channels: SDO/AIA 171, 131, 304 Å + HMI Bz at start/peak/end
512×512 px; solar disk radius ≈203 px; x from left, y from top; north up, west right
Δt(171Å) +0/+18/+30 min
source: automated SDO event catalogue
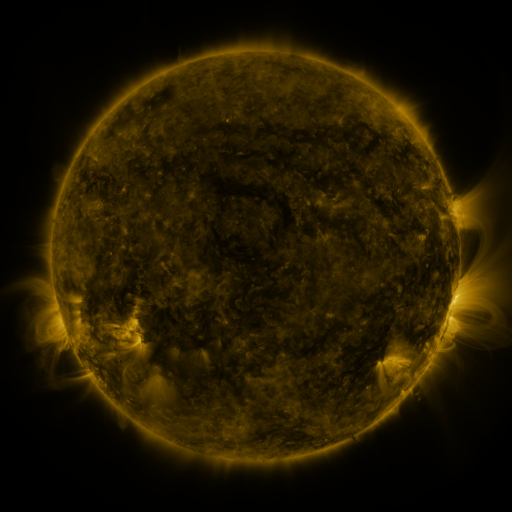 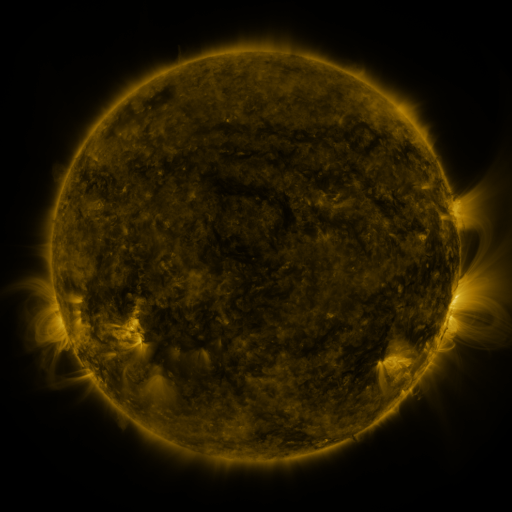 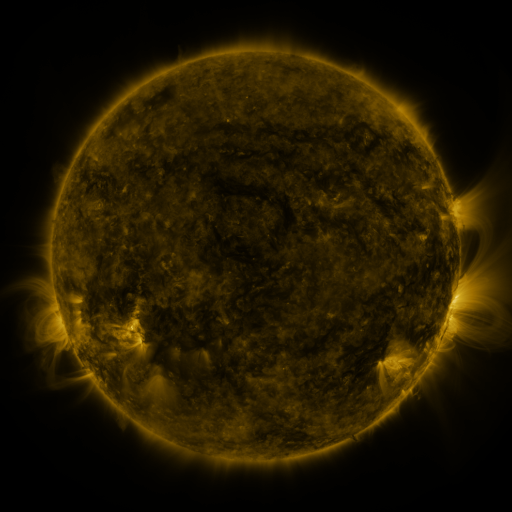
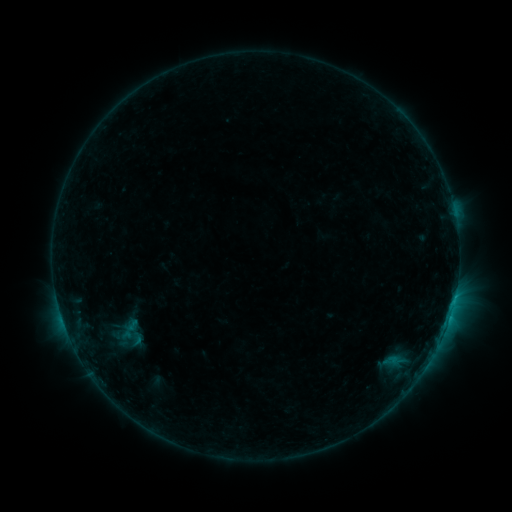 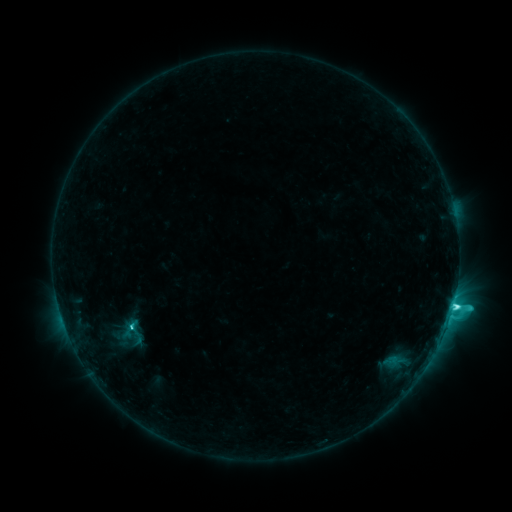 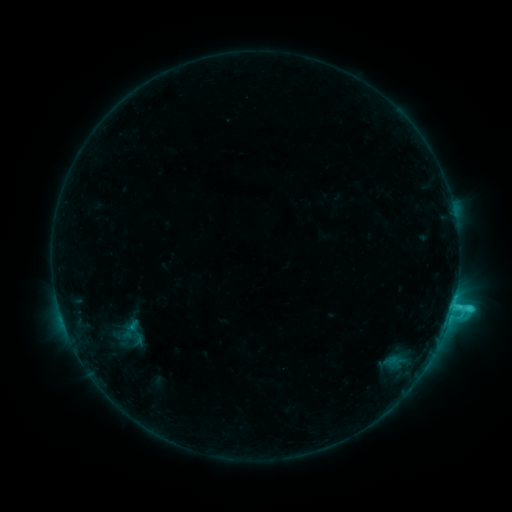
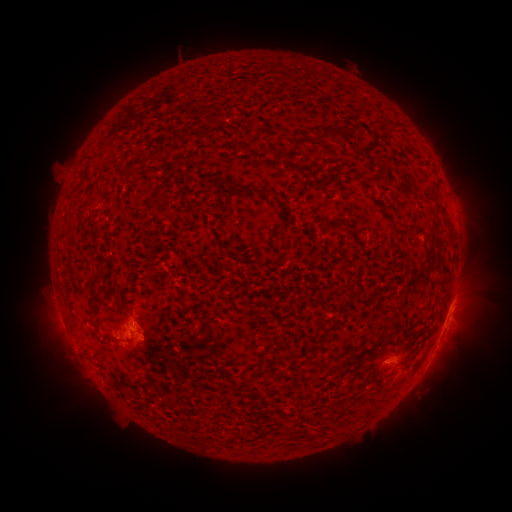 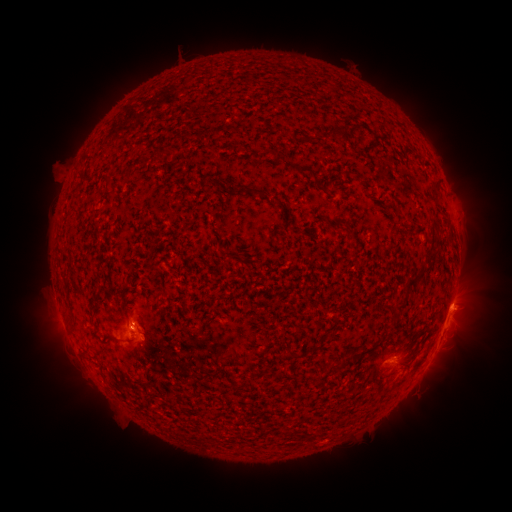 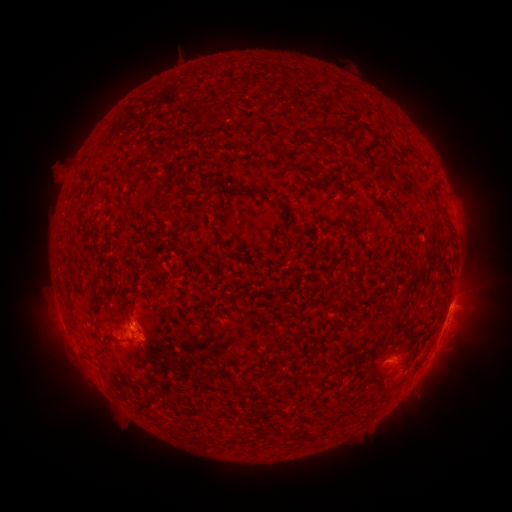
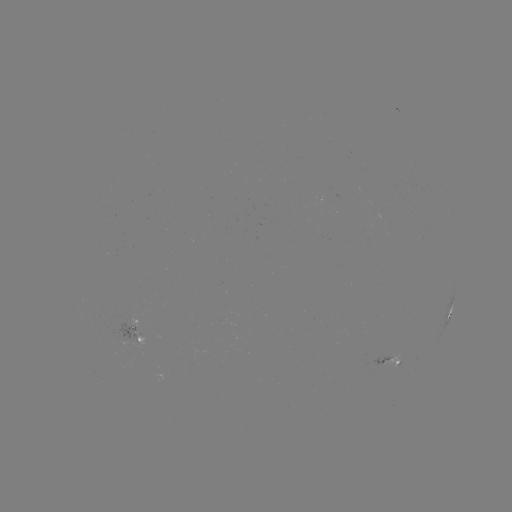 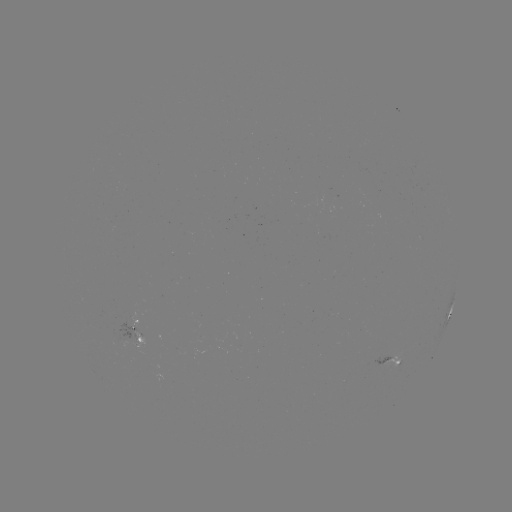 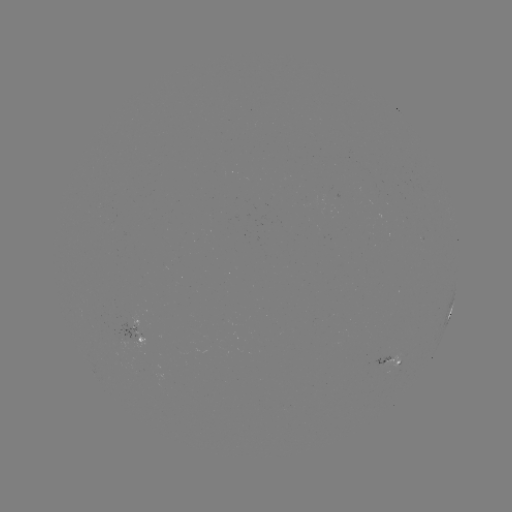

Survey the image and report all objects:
C4.5 flare: (453, 305)
